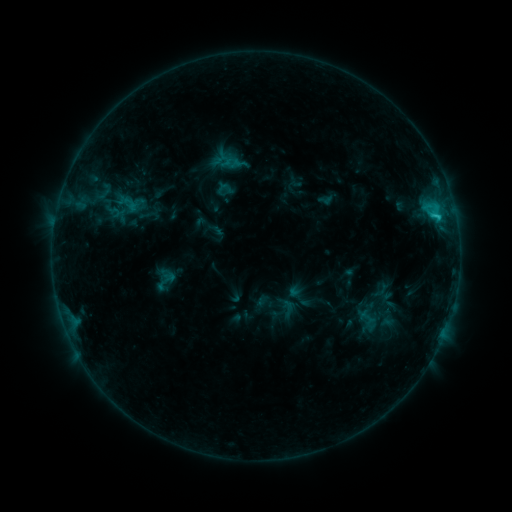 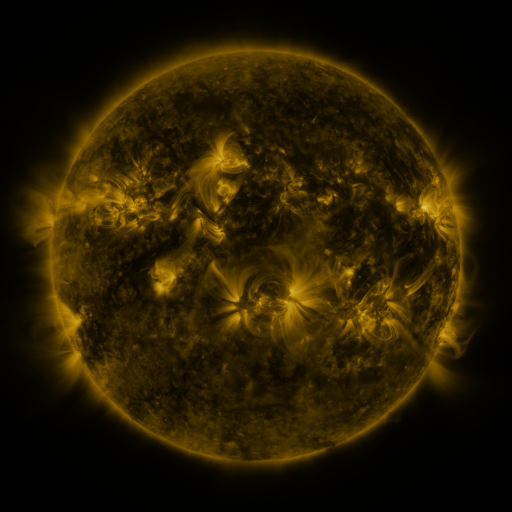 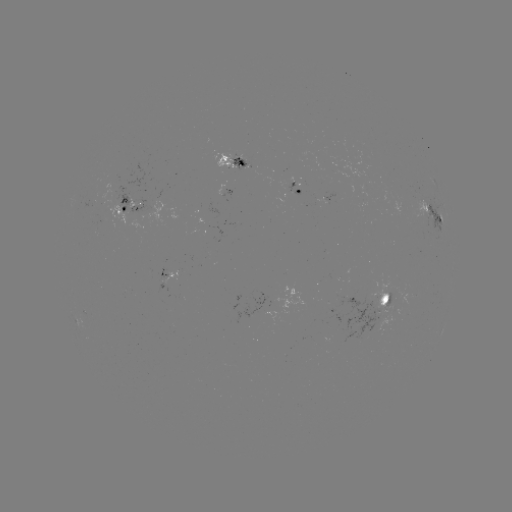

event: sigmoid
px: (164, 279)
